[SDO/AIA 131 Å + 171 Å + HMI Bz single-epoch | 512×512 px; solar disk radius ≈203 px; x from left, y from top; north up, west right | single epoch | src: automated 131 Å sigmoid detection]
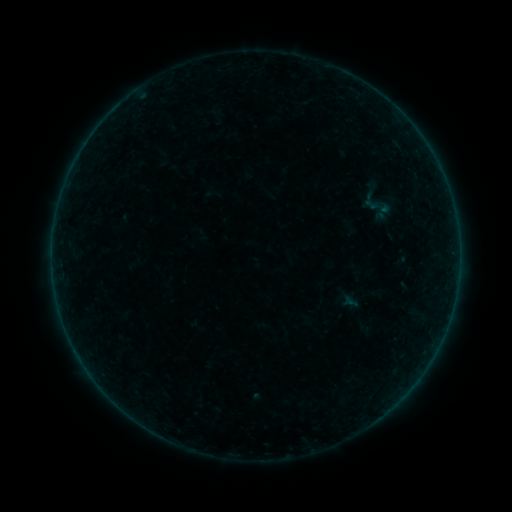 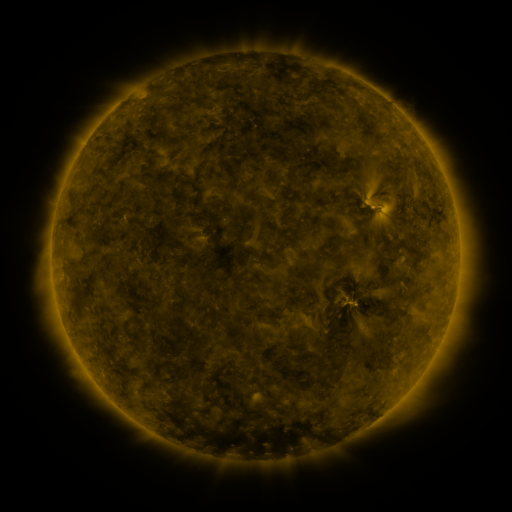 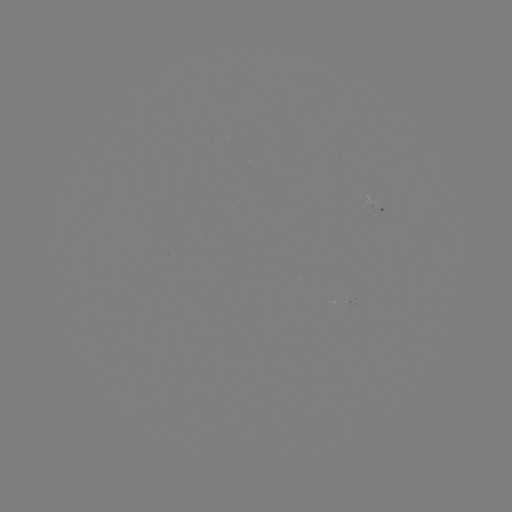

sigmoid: <bbox>356, 184, 396, 224</bbox>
